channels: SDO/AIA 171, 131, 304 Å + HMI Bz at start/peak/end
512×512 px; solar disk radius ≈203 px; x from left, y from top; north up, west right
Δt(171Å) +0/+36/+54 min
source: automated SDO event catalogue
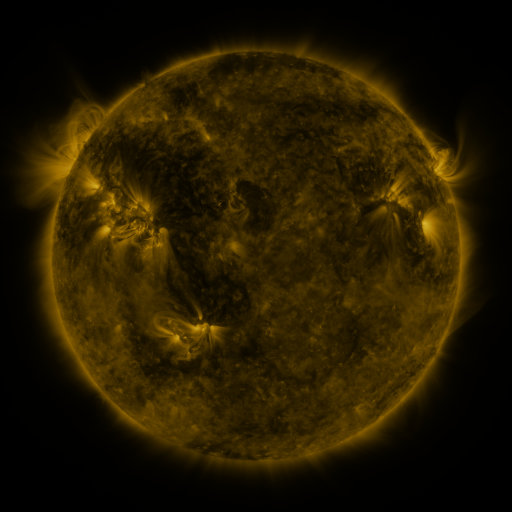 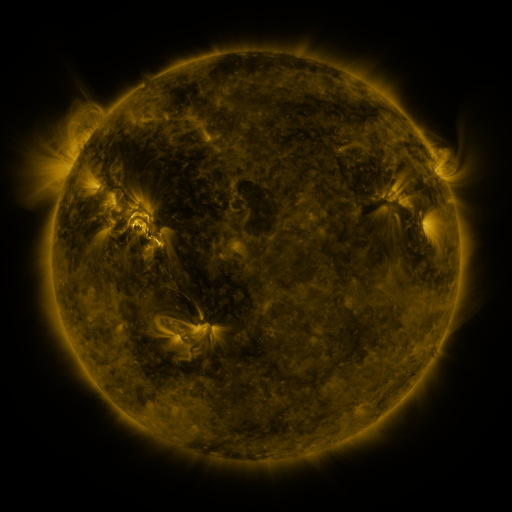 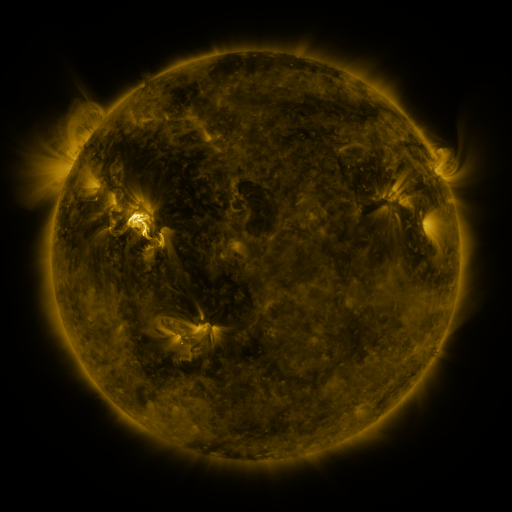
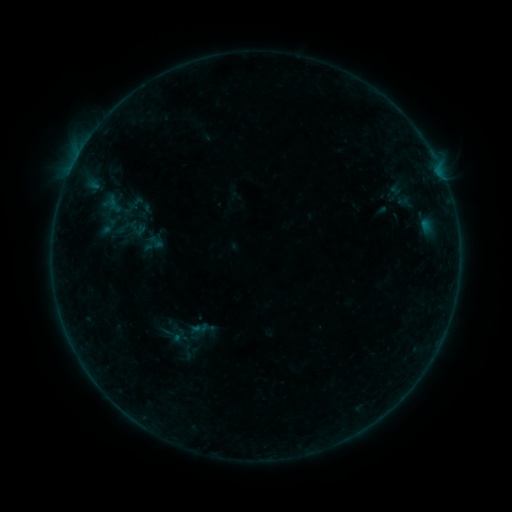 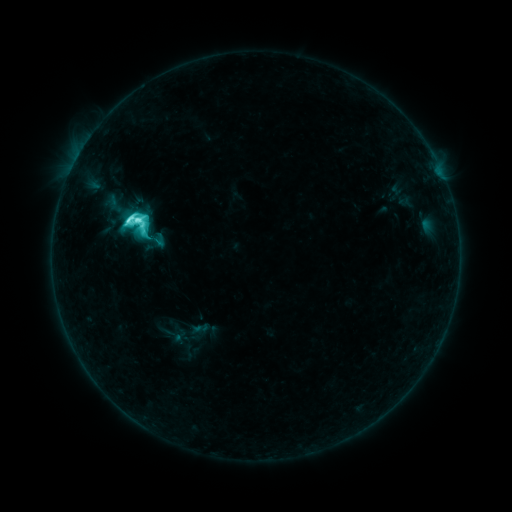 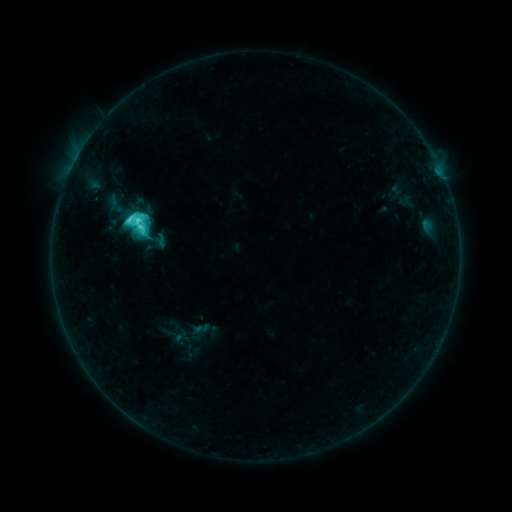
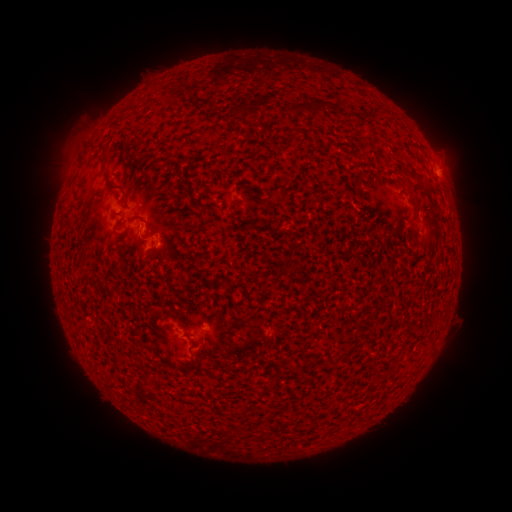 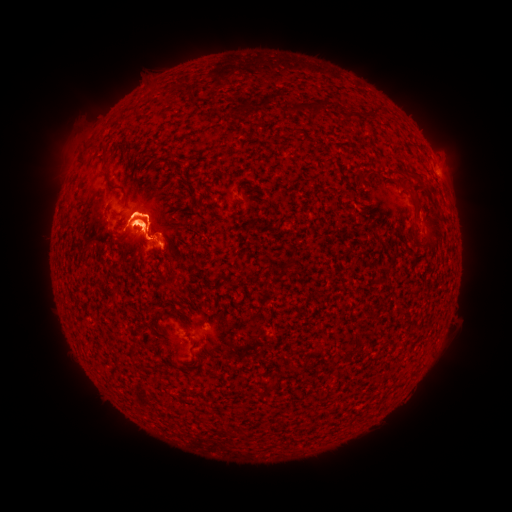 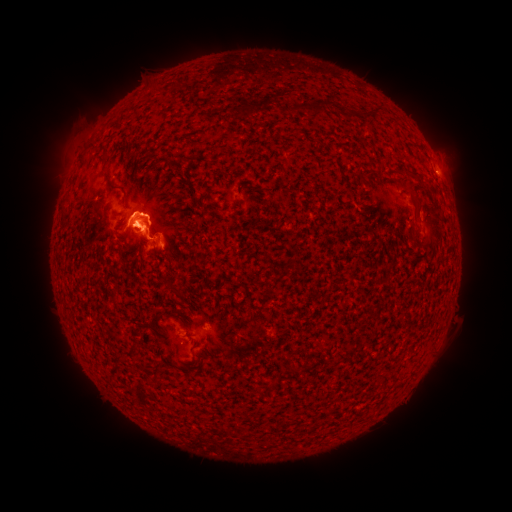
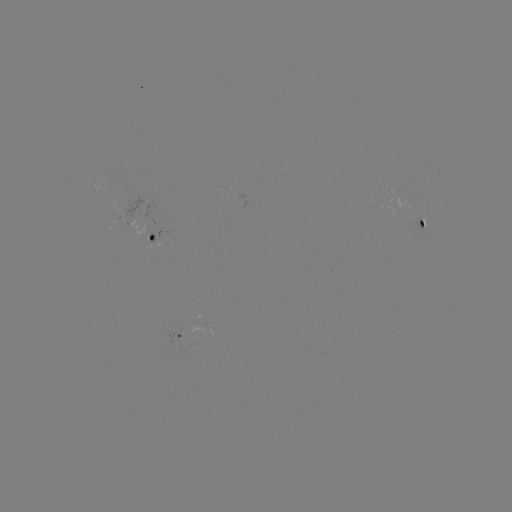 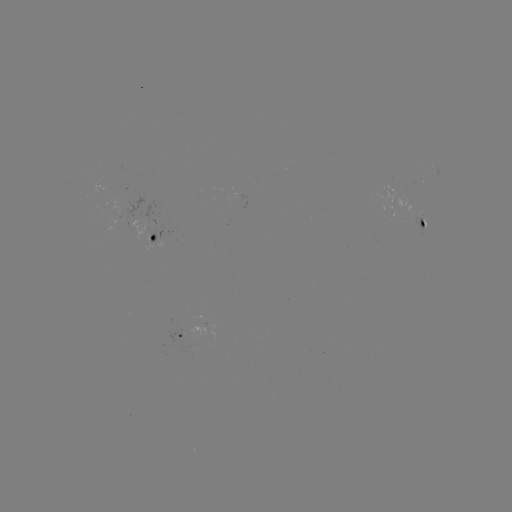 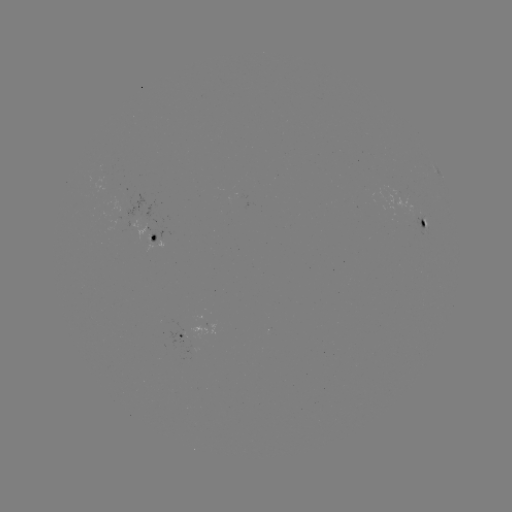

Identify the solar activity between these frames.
M1.0 flare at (136, 224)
